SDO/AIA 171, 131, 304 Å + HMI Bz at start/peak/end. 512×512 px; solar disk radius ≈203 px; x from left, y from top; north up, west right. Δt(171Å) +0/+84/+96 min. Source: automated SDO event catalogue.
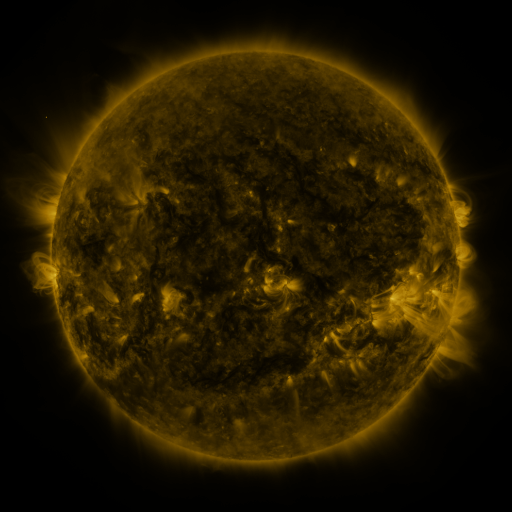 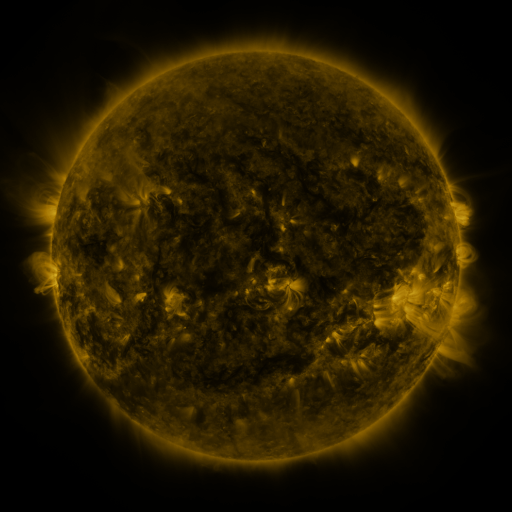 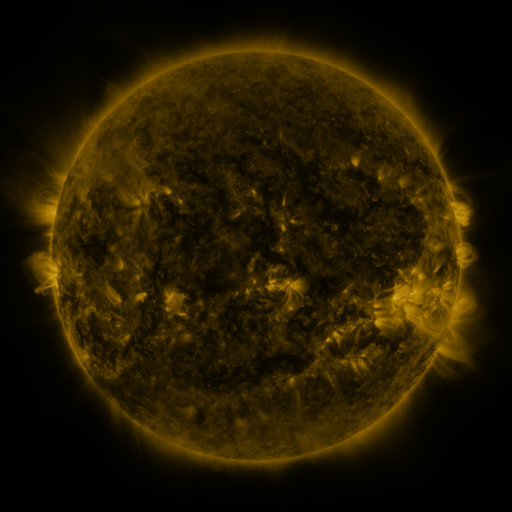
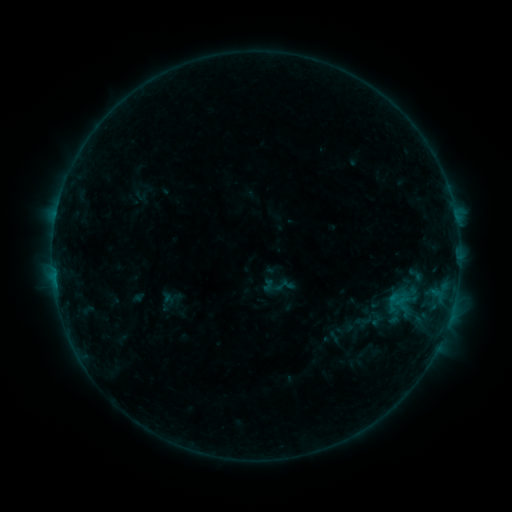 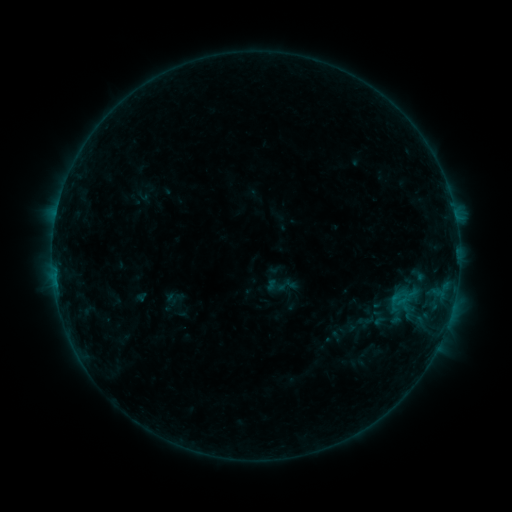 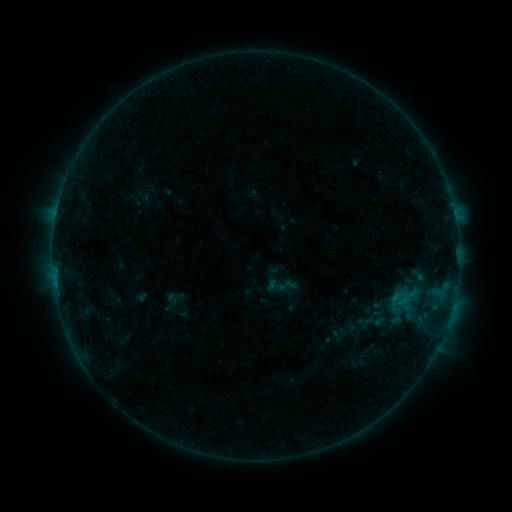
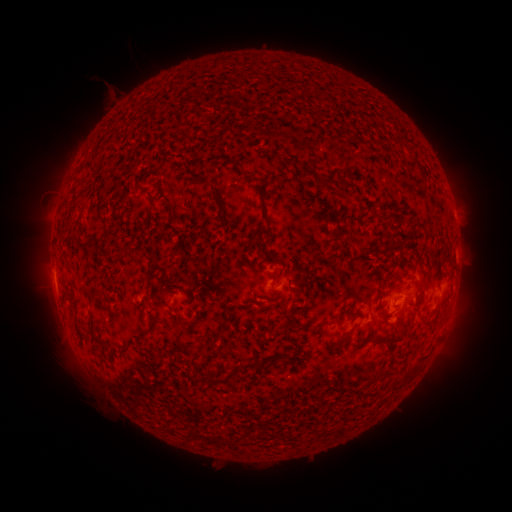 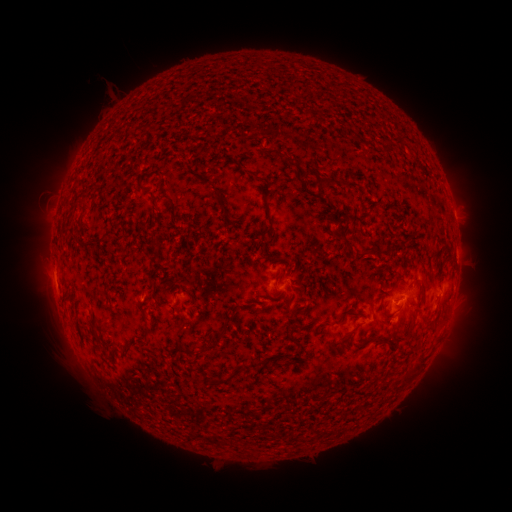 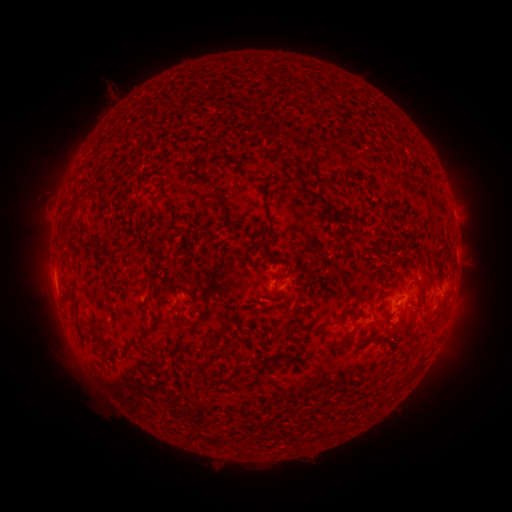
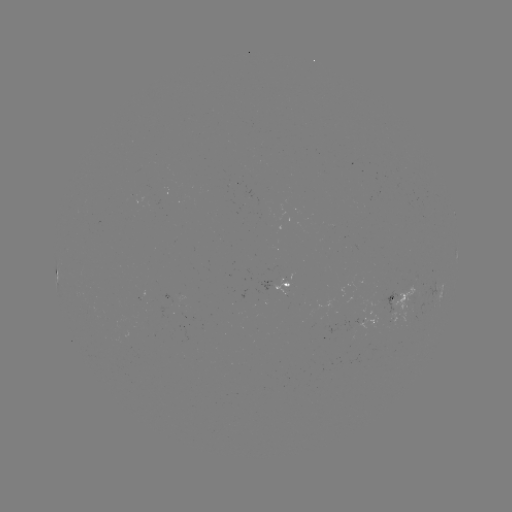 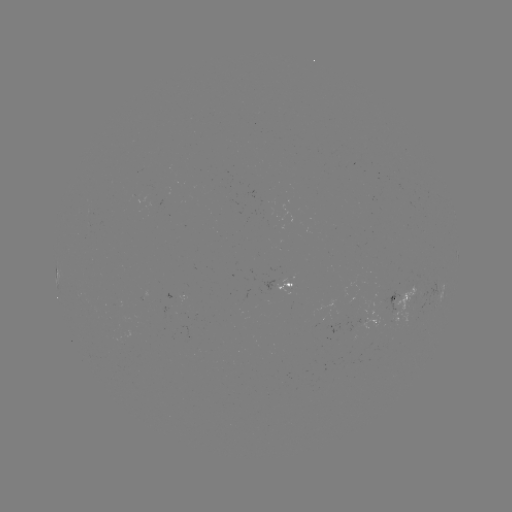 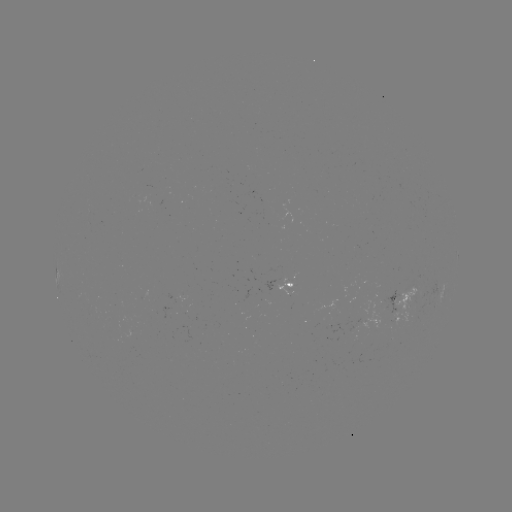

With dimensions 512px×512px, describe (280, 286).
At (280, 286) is emerging-flux region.